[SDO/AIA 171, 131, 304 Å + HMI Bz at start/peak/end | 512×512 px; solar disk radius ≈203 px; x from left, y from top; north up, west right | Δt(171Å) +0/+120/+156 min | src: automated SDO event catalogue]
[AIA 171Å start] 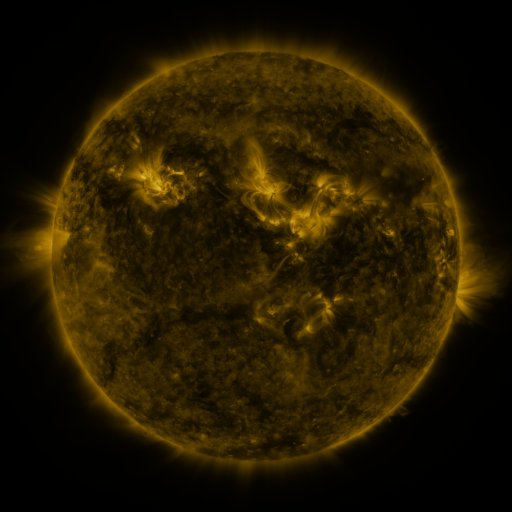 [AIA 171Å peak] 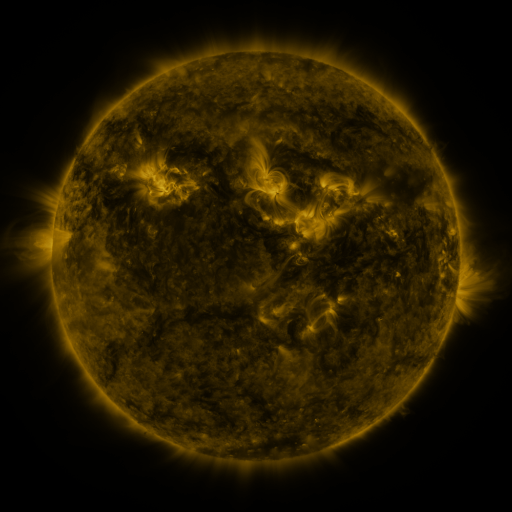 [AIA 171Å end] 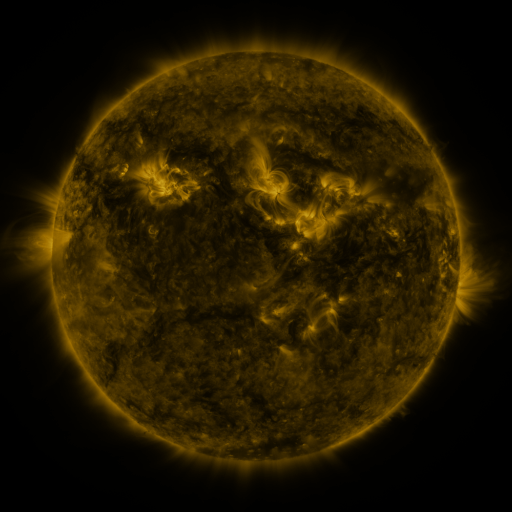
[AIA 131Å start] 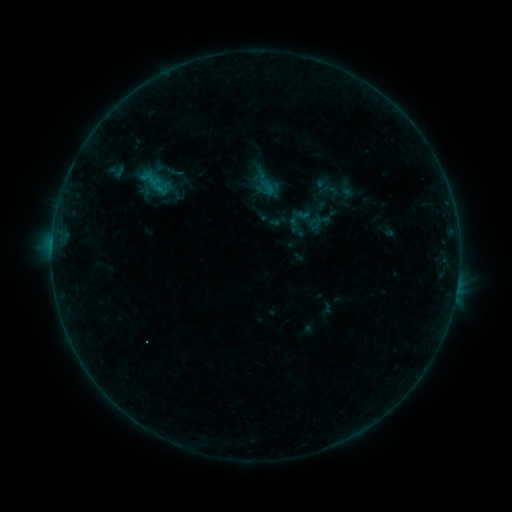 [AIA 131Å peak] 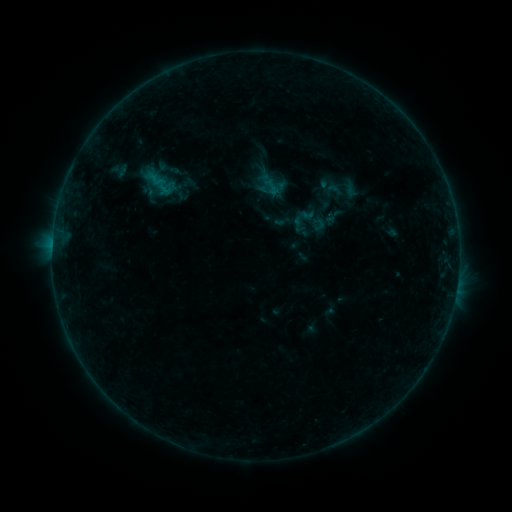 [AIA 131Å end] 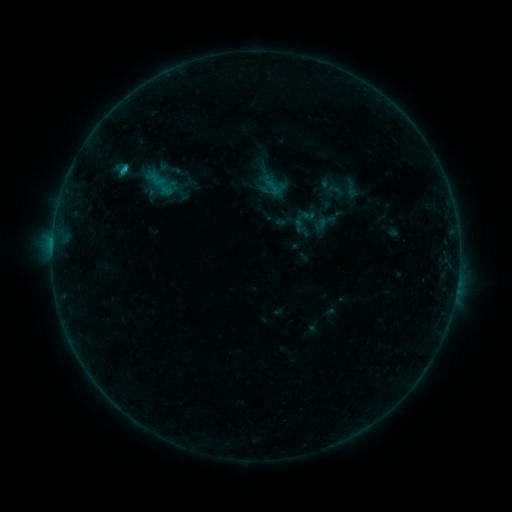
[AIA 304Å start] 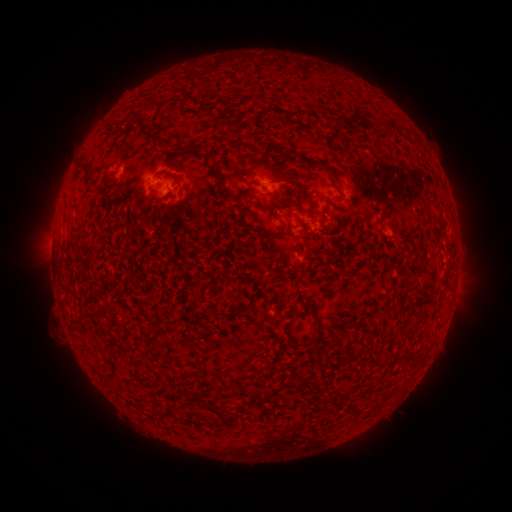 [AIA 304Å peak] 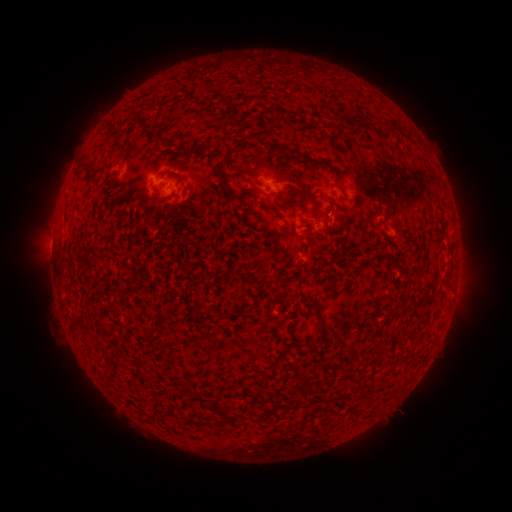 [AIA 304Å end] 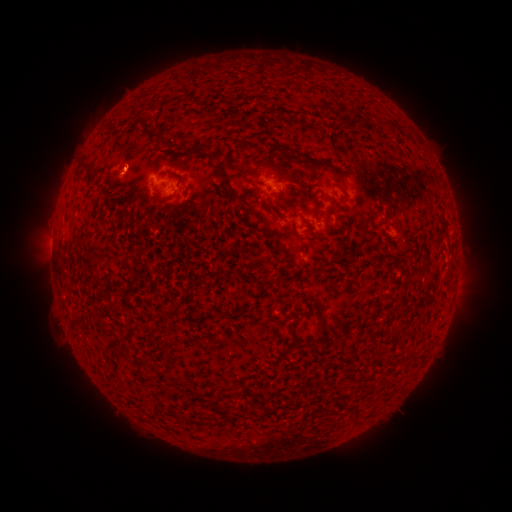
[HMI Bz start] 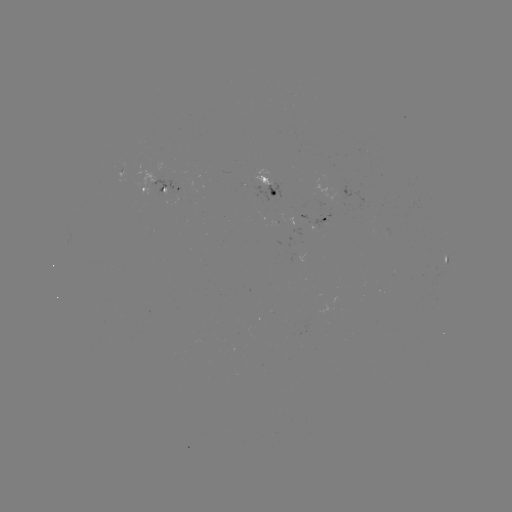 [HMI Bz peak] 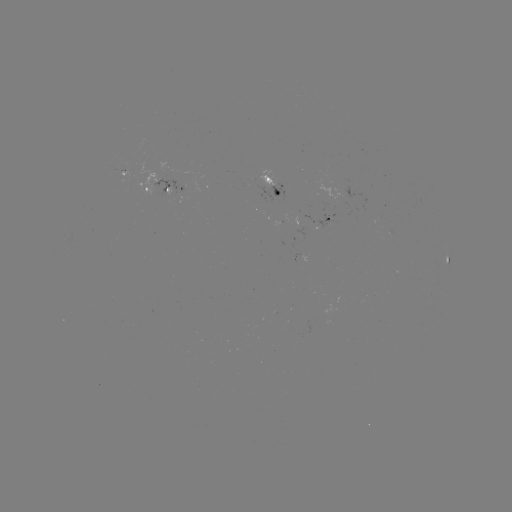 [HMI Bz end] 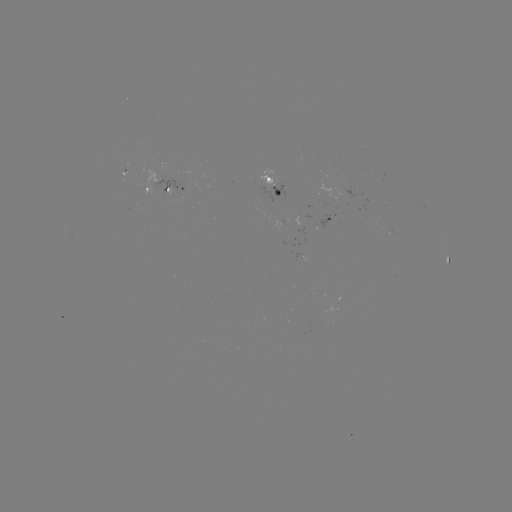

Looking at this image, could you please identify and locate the emerging-flux region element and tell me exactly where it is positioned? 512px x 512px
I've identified emerging-flux region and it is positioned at [159, 186].